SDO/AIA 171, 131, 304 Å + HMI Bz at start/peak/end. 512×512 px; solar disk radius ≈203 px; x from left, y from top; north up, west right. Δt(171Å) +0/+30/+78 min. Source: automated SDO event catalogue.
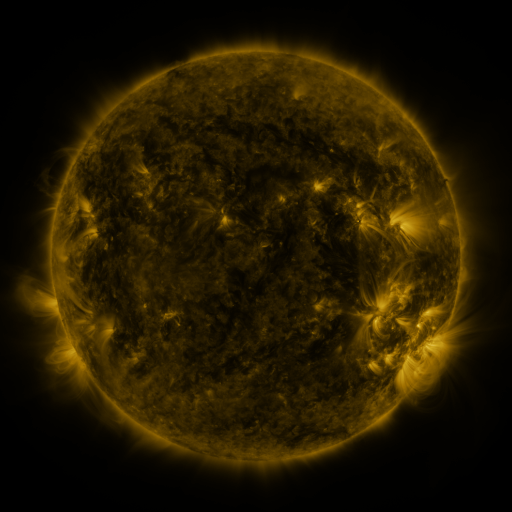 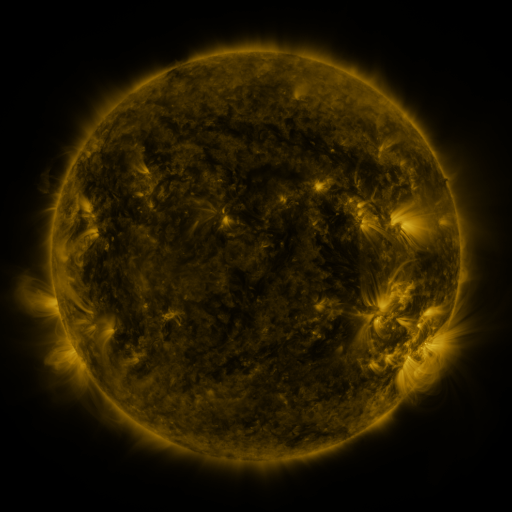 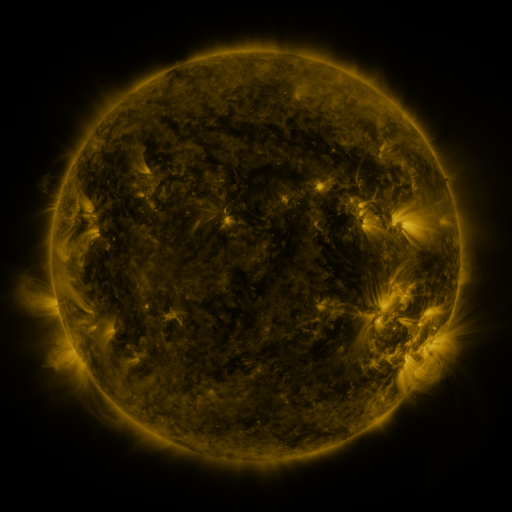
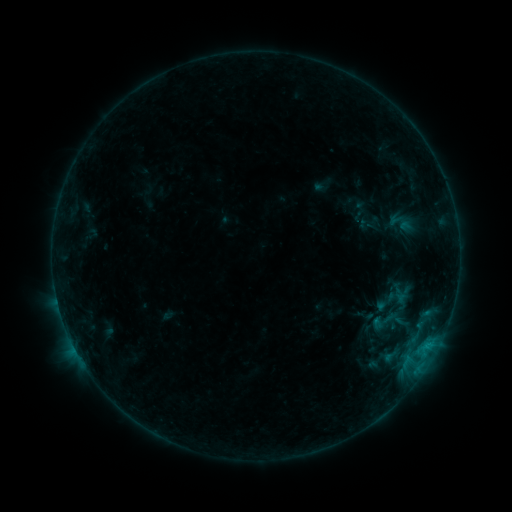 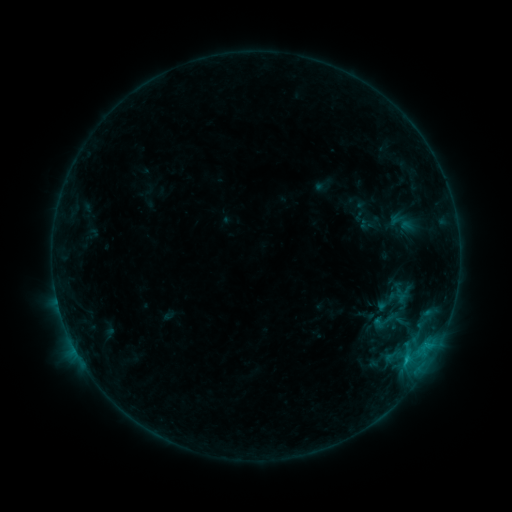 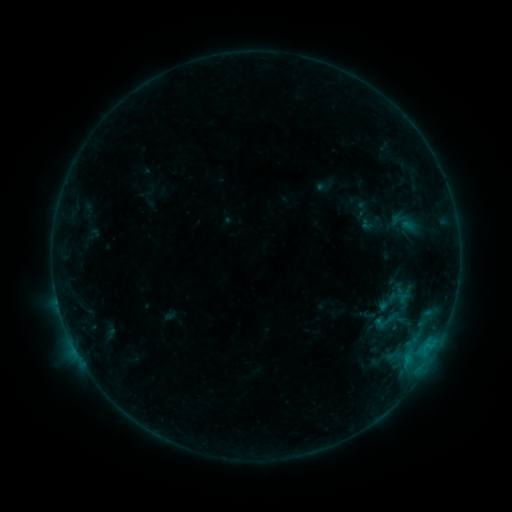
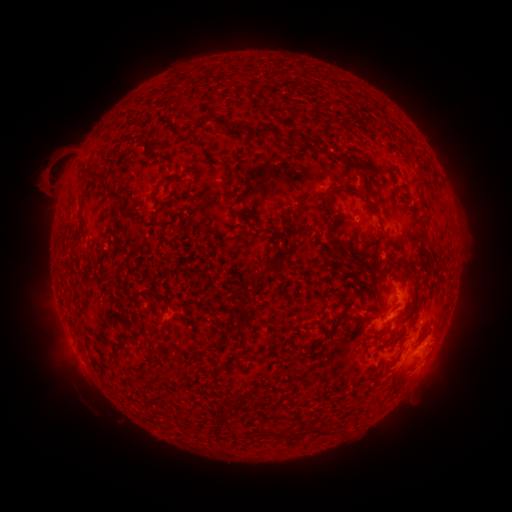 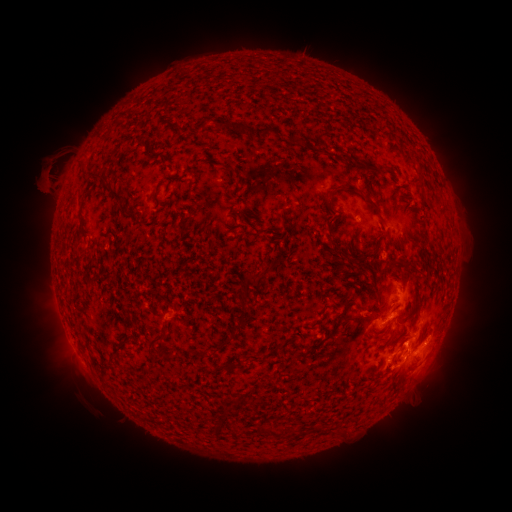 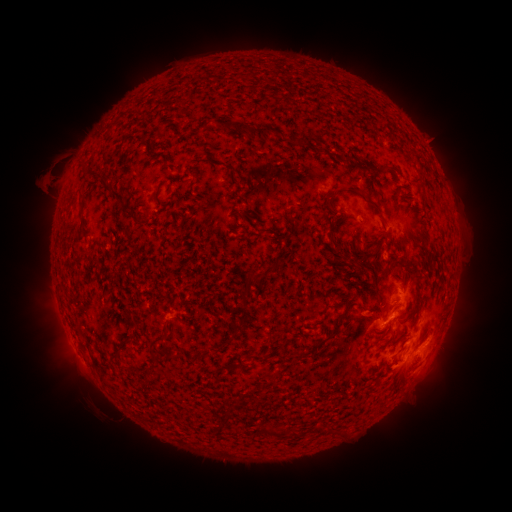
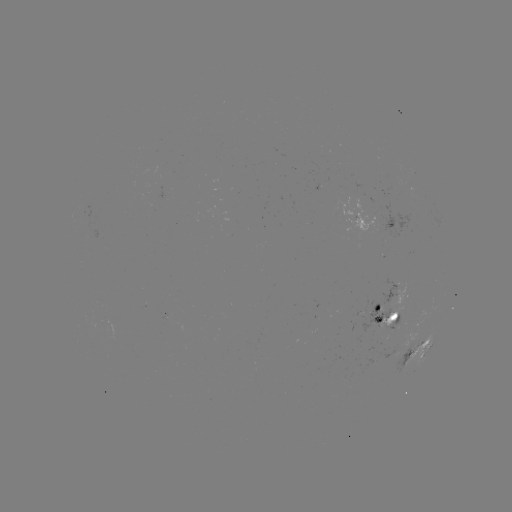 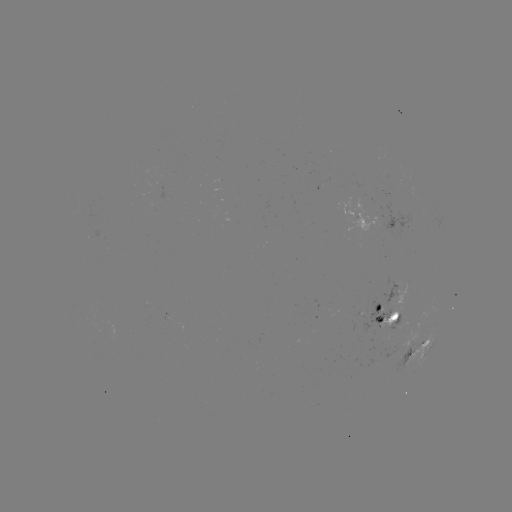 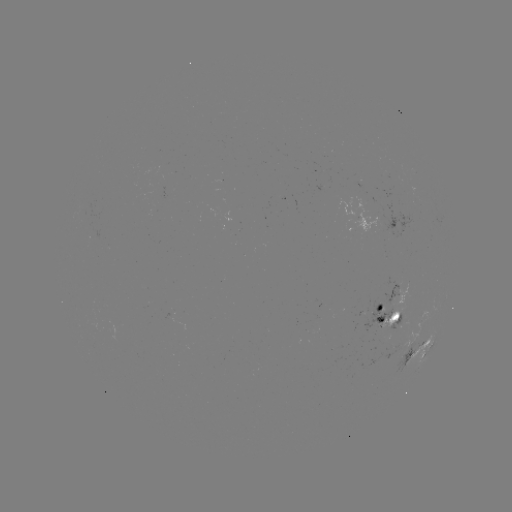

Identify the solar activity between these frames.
C1.0 flare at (405, 360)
